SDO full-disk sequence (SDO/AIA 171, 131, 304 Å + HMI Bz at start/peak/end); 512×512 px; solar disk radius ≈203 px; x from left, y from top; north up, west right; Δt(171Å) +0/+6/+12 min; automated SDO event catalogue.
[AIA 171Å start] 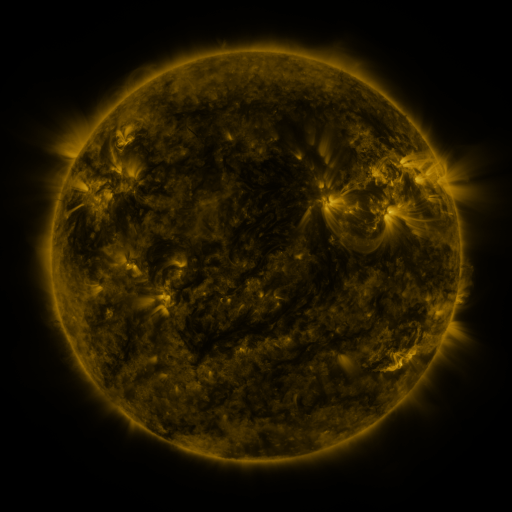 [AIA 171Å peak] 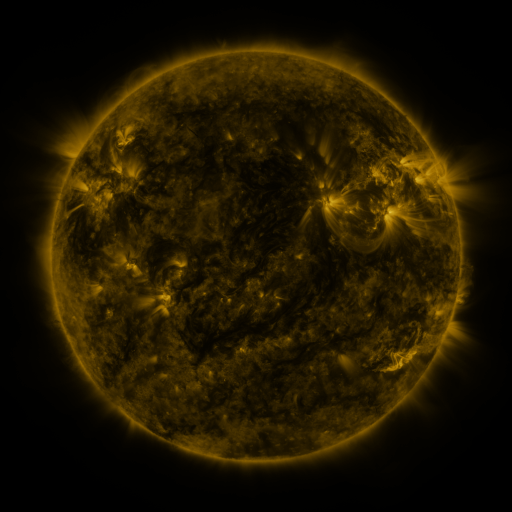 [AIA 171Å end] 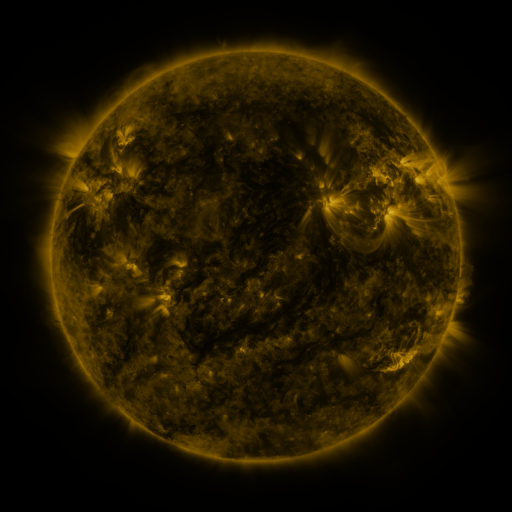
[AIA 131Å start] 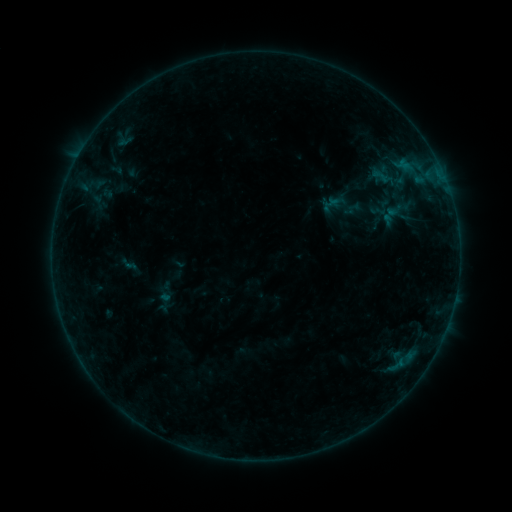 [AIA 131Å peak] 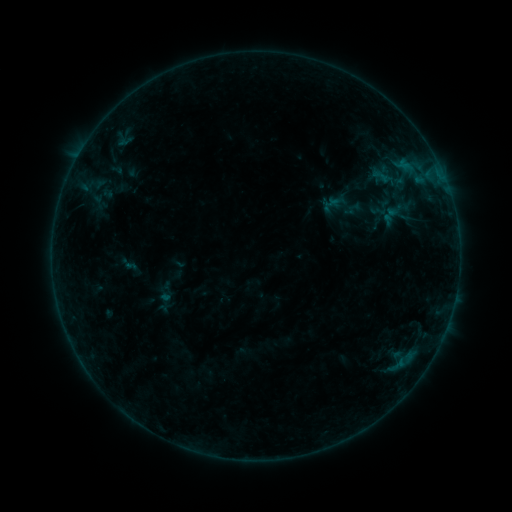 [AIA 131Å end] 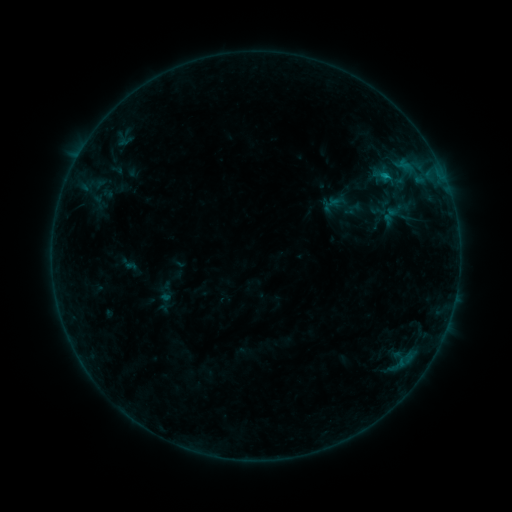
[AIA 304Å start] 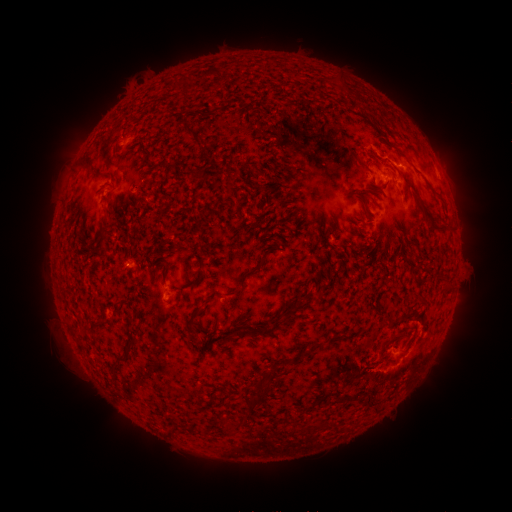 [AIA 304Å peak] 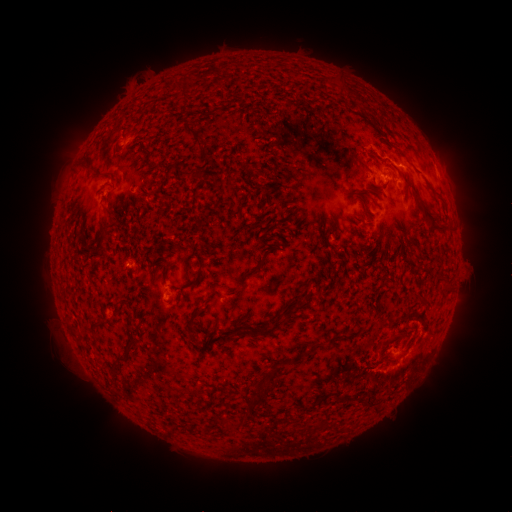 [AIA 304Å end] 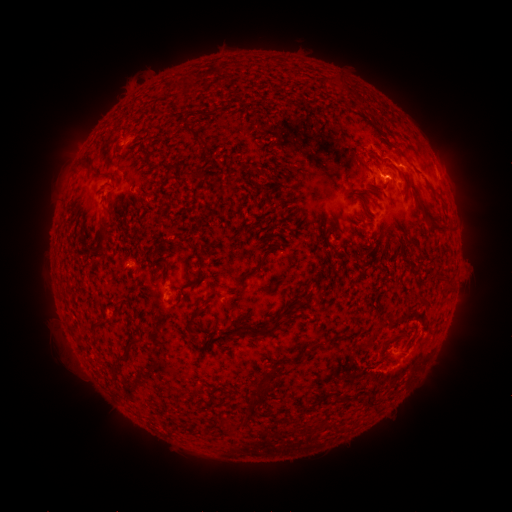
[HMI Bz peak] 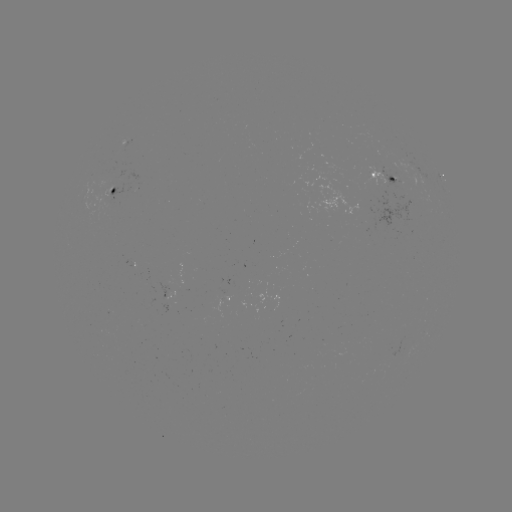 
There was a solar flare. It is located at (383, 179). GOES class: B8.0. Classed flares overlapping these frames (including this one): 1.